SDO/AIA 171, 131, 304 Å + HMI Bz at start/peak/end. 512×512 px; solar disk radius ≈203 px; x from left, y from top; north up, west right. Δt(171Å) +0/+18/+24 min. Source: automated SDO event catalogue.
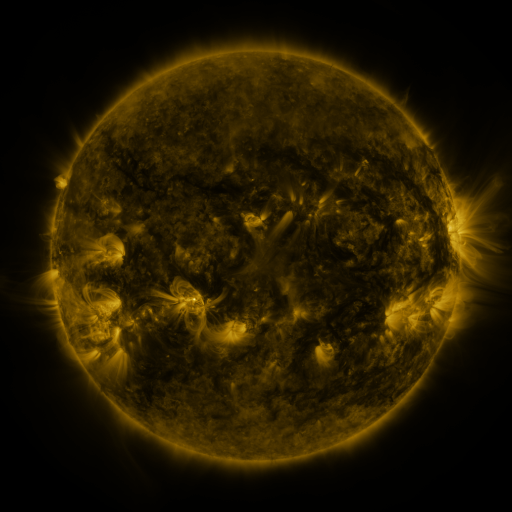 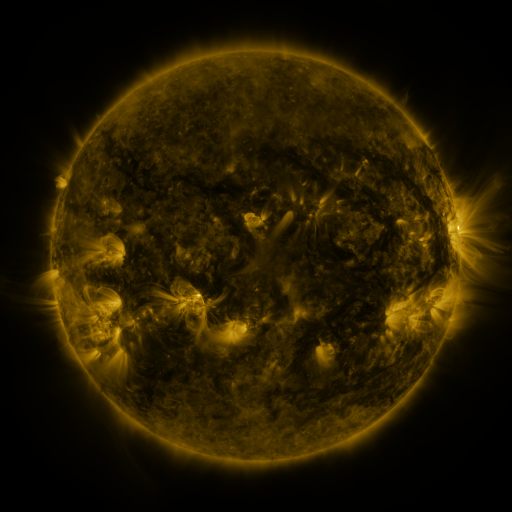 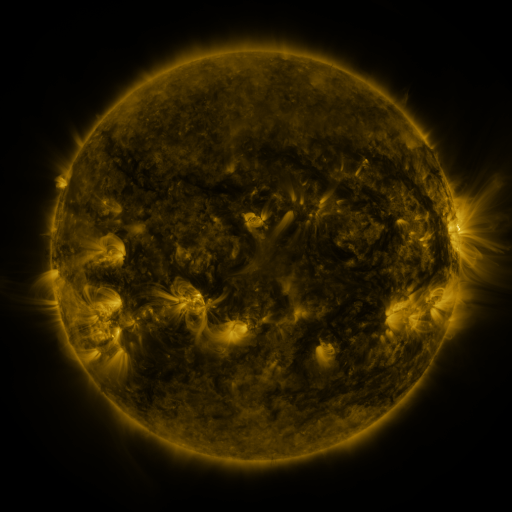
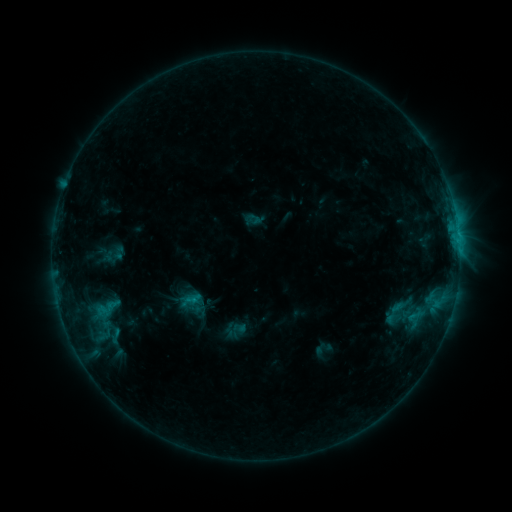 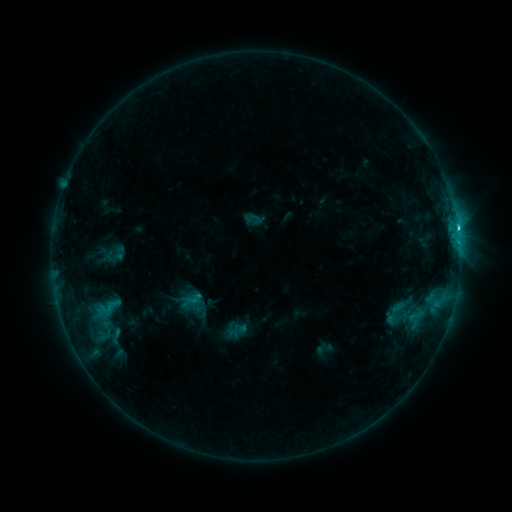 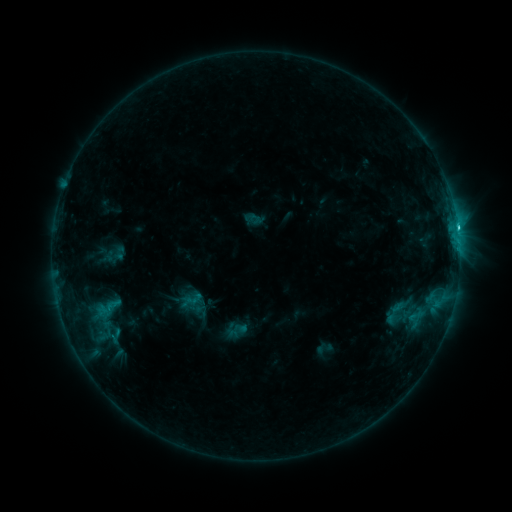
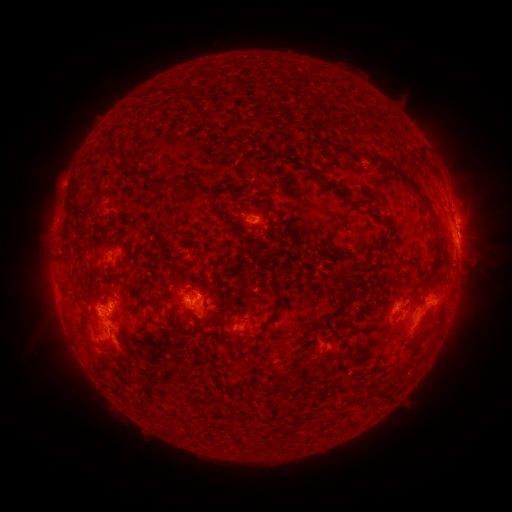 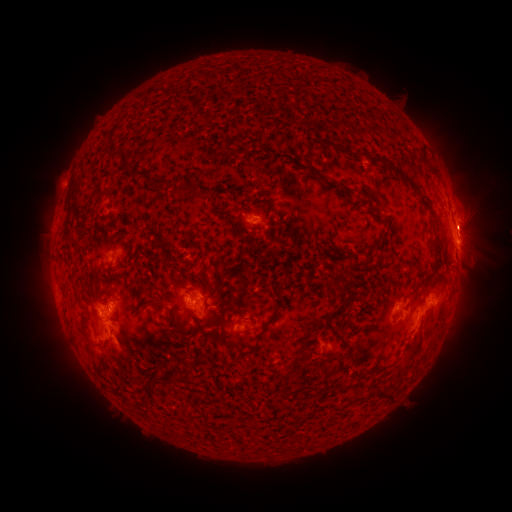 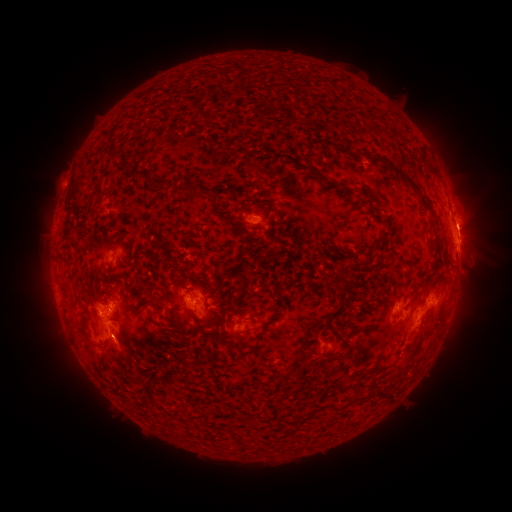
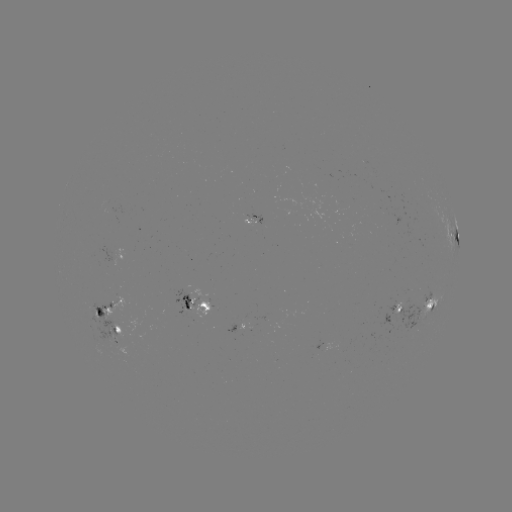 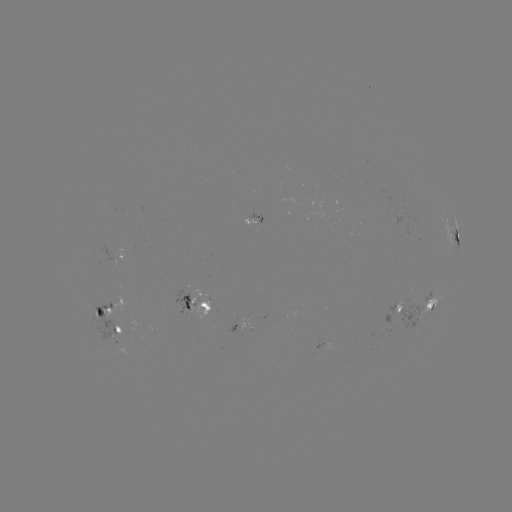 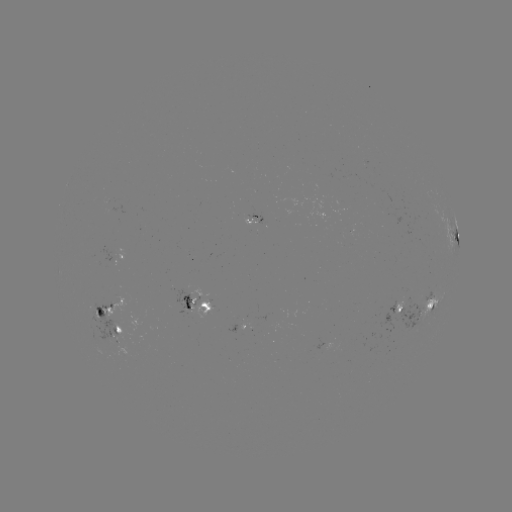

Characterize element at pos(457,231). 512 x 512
C2.3 flare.